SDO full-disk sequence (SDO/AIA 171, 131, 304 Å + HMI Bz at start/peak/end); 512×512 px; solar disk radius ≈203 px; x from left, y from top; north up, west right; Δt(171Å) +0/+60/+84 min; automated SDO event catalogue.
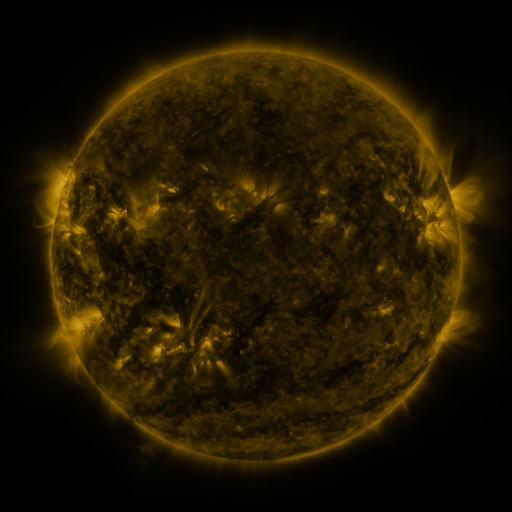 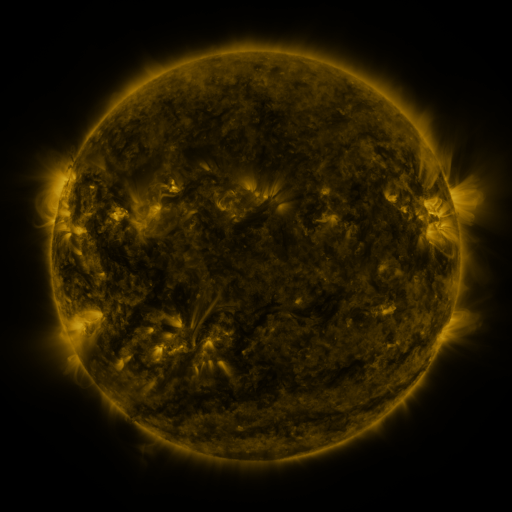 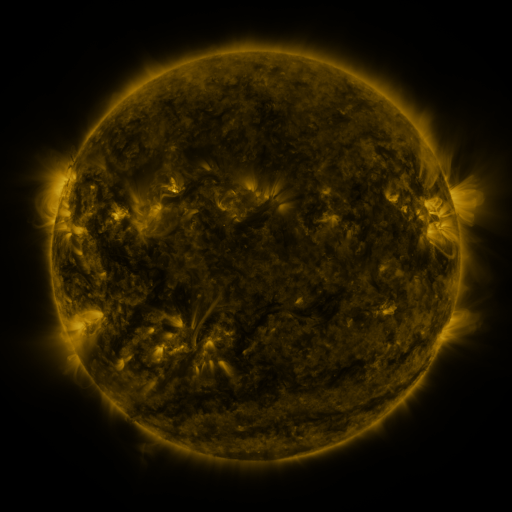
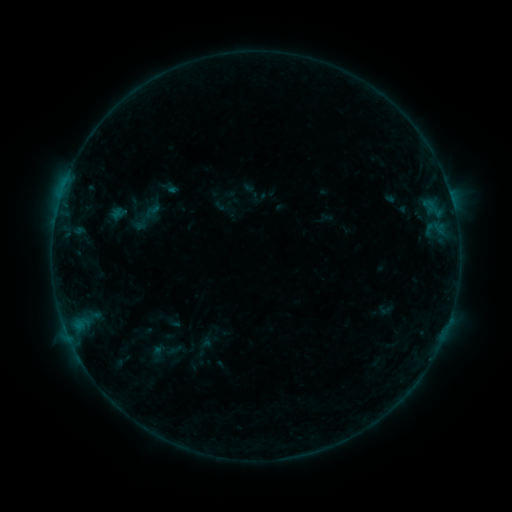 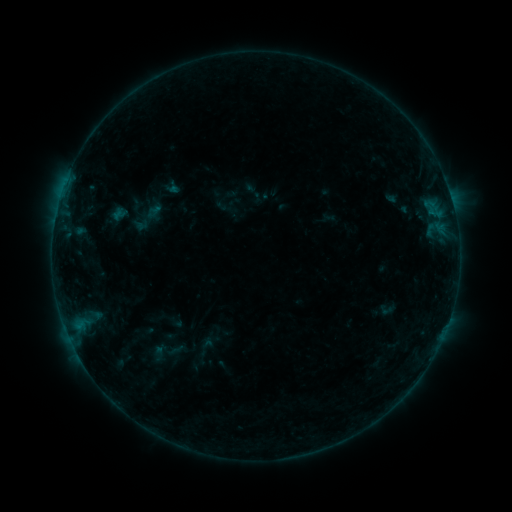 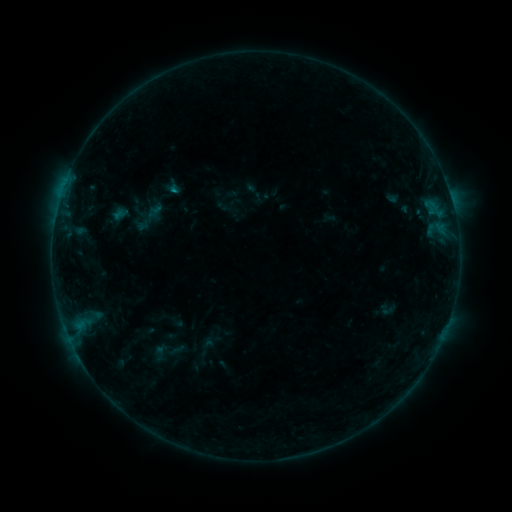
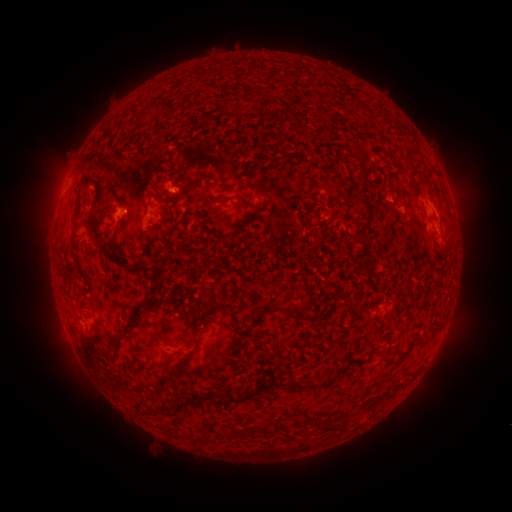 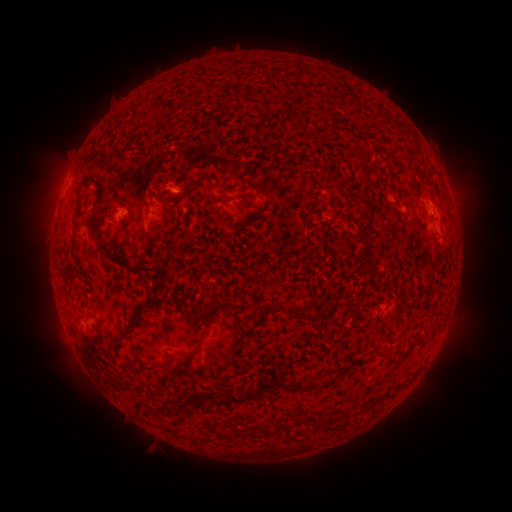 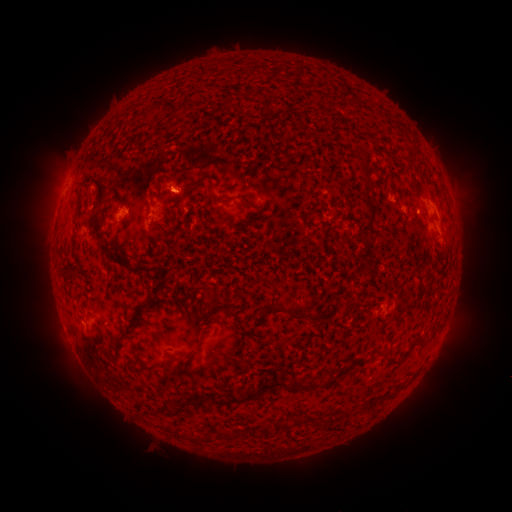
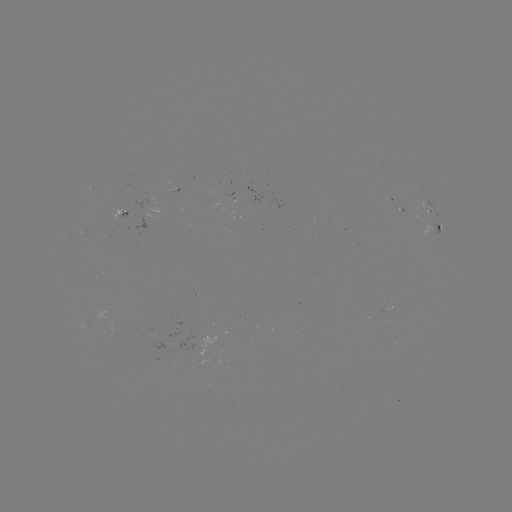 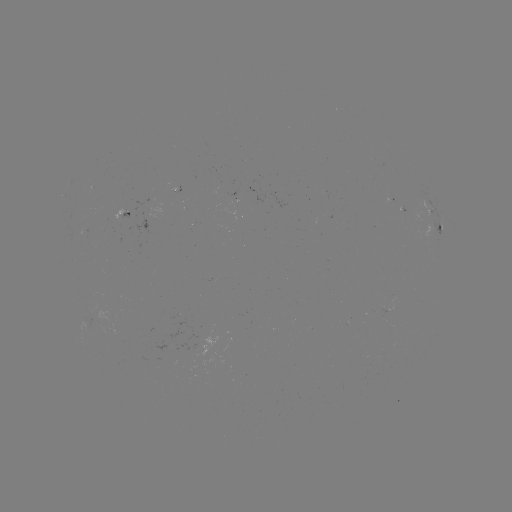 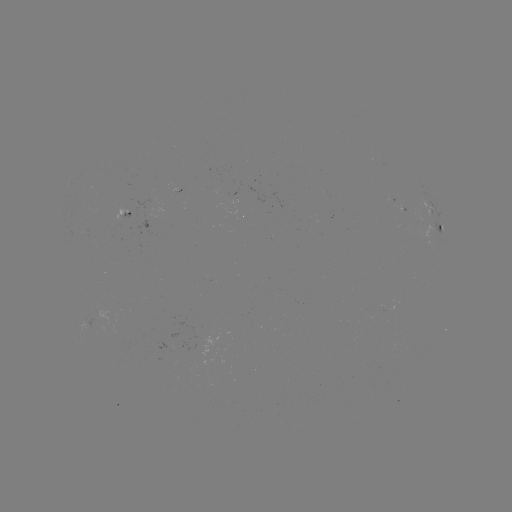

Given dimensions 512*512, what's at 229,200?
emerging-flux region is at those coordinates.